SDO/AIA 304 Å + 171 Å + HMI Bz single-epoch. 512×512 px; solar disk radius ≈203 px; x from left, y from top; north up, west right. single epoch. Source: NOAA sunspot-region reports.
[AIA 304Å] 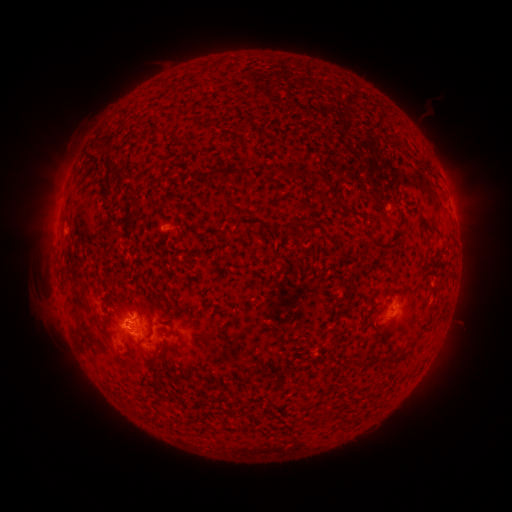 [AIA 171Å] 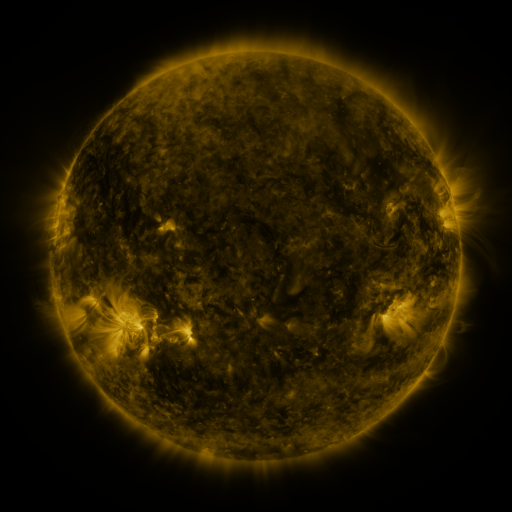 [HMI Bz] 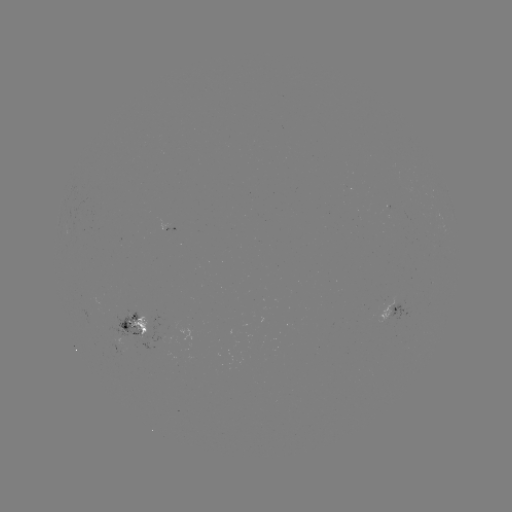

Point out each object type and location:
spotted active region: (172, 224)
spotted active region: (389, 312)
spotted active region: (136, 320)
